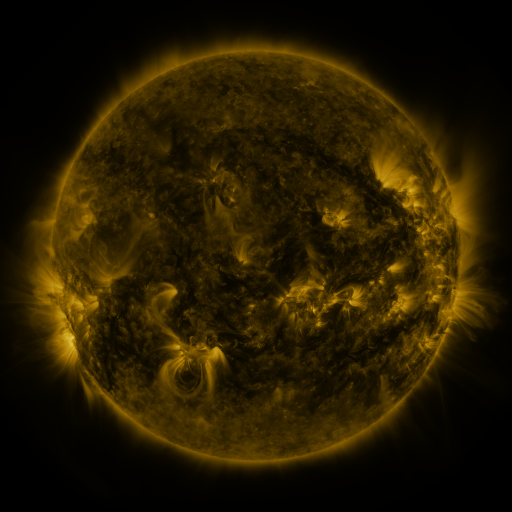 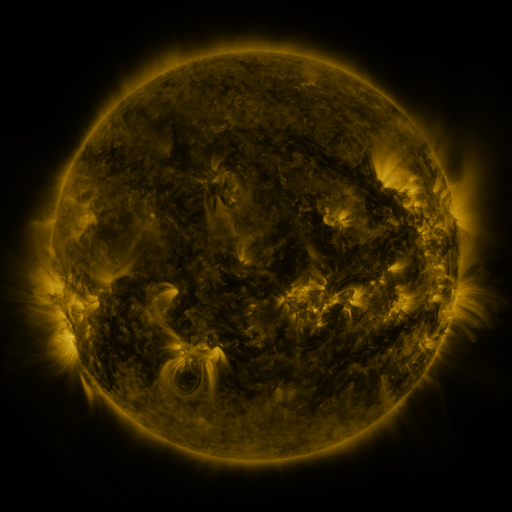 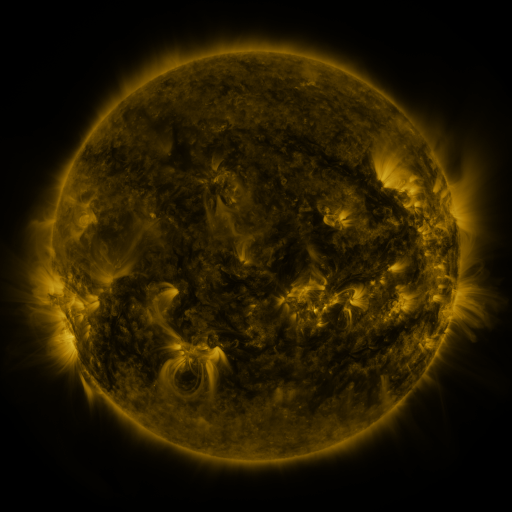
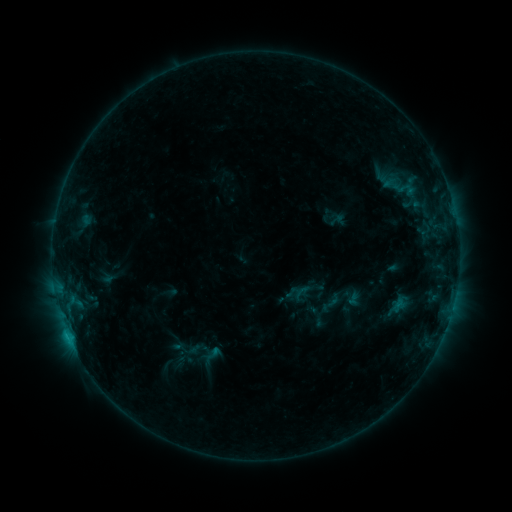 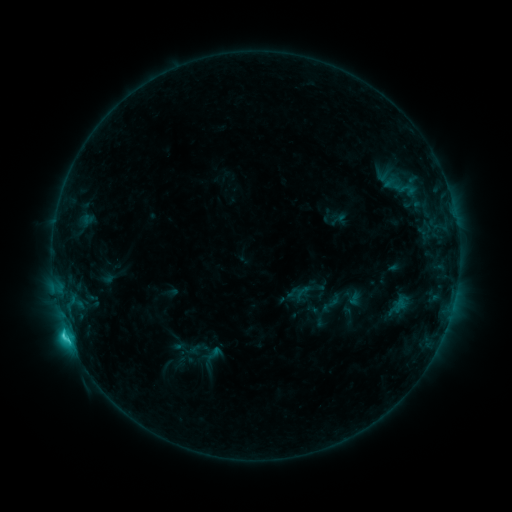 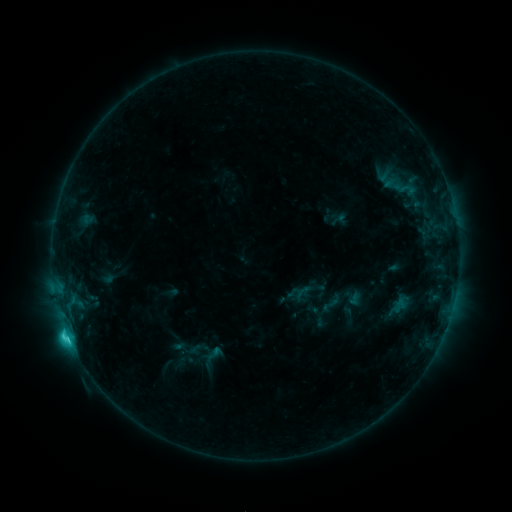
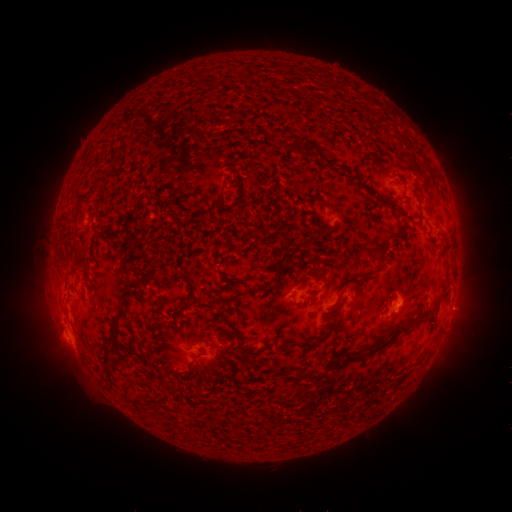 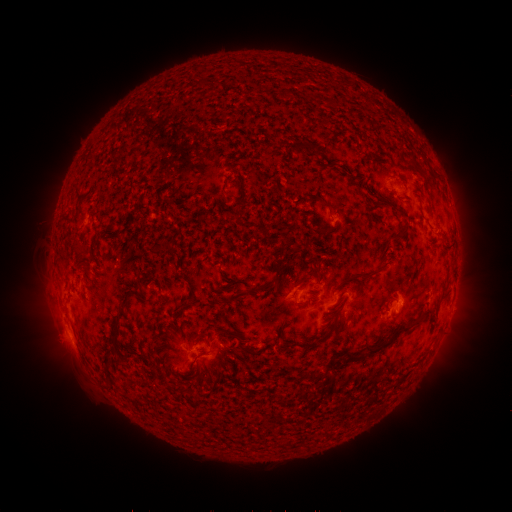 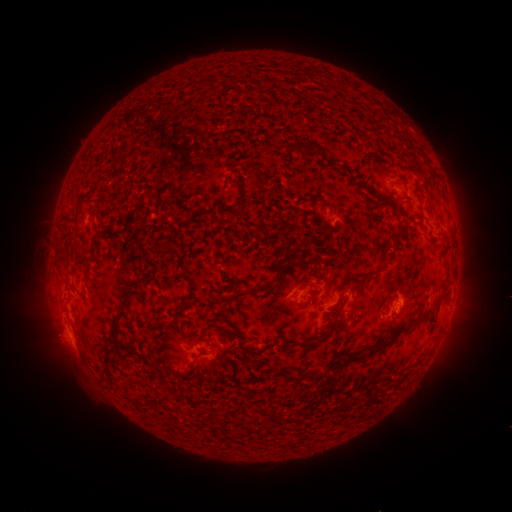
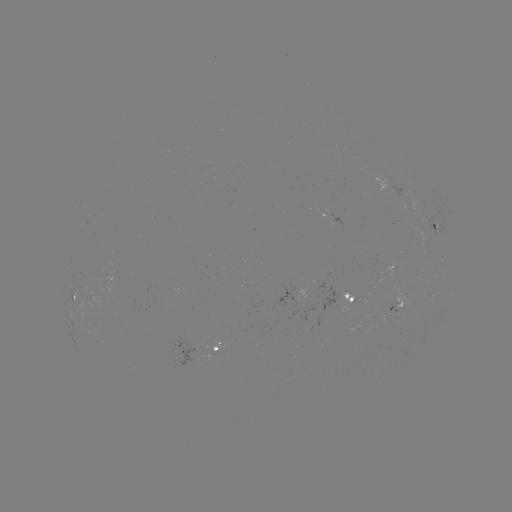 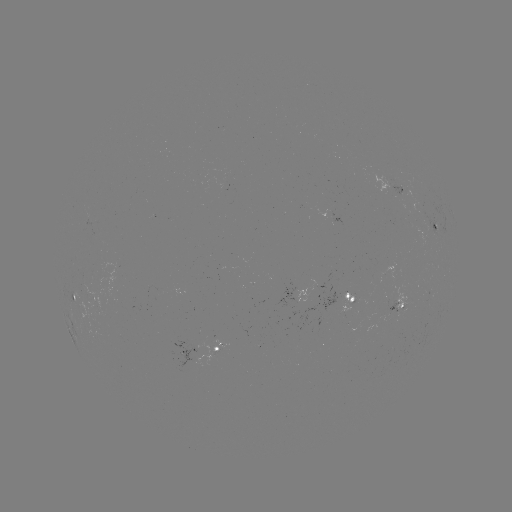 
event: flare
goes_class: C2.8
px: (67, 331)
